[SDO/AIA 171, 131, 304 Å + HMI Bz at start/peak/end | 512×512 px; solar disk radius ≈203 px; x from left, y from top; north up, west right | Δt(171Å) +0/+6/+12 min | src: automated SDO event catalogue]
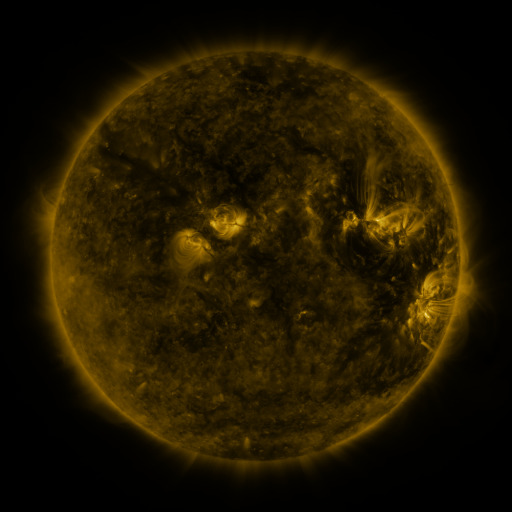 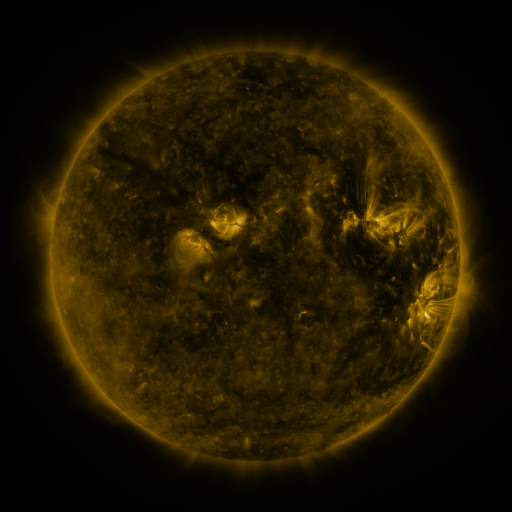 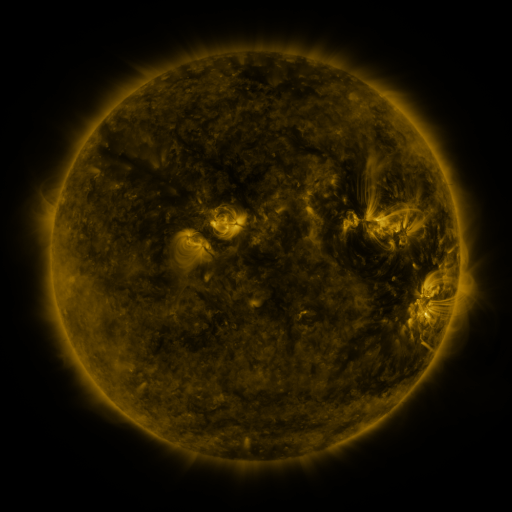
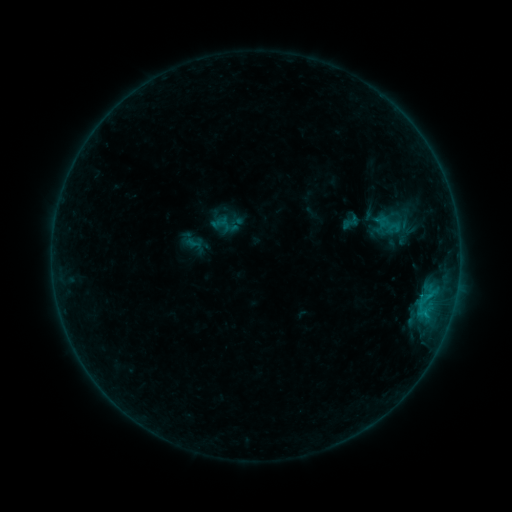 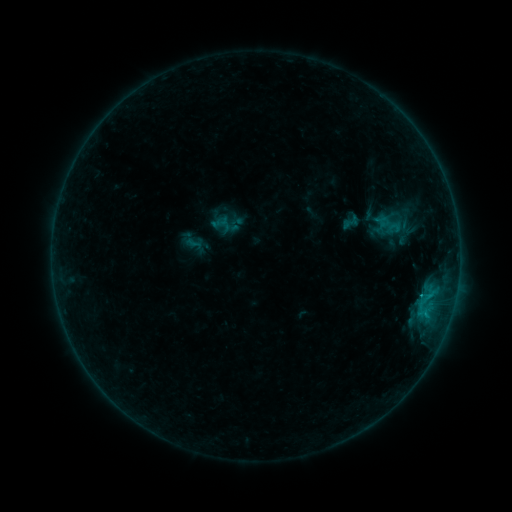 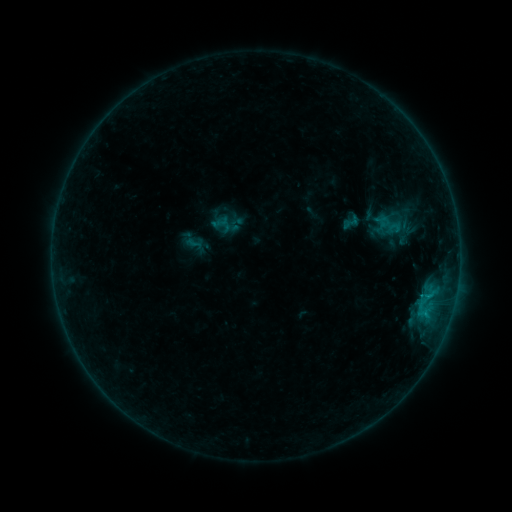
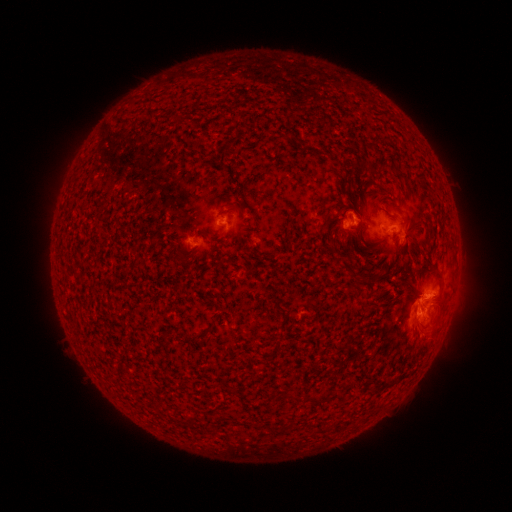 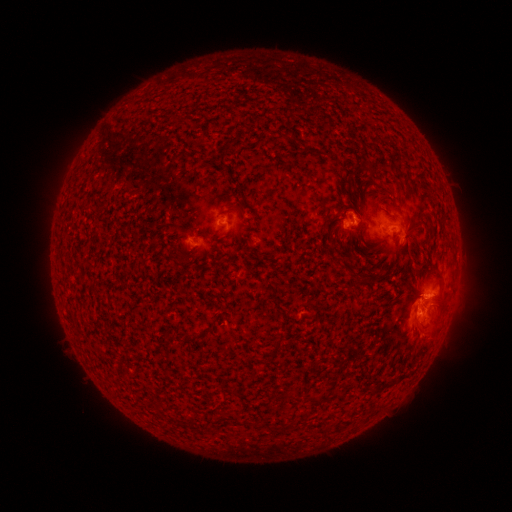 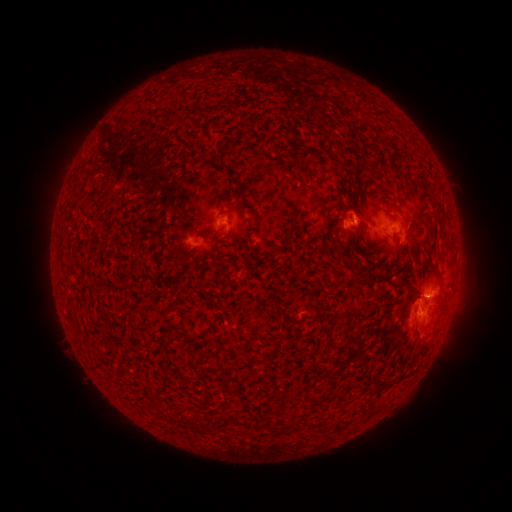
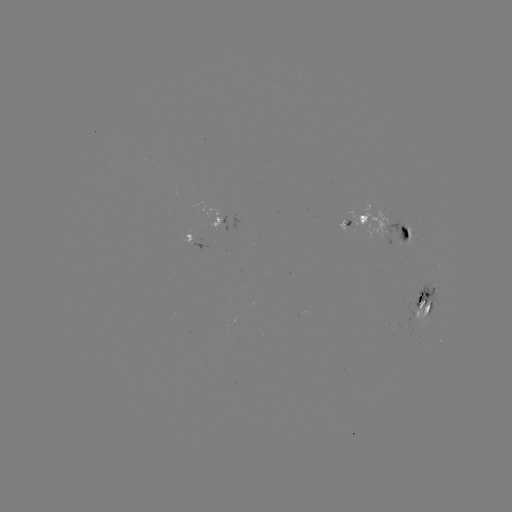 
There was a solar flare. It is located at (419, 295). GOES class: C1.2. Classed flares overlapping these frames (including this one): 1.